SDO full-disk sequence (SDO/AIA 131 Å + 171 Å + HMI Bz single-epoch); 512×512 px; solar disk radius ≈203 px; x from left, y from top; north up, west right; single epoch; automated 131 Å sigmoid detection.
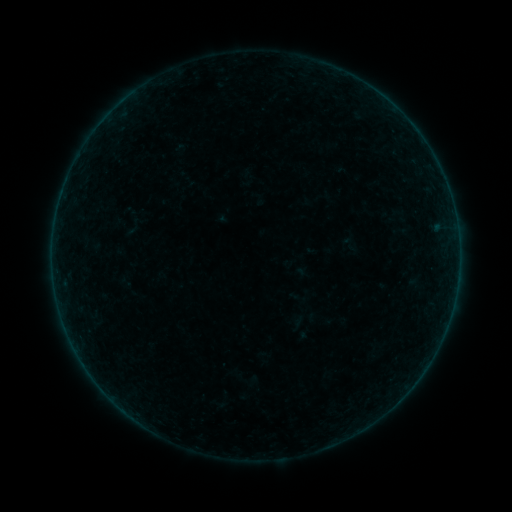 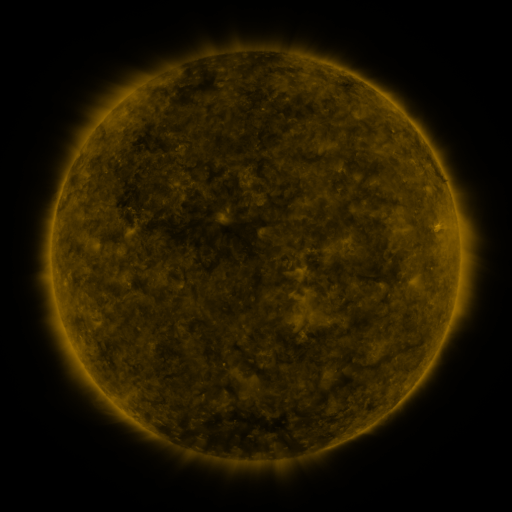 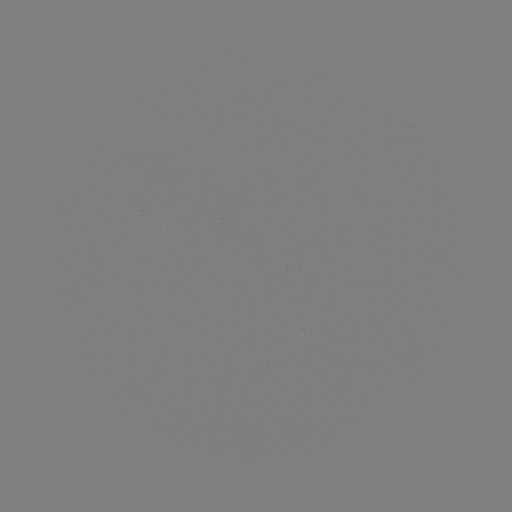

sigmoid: [403, 265, 421, 288]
